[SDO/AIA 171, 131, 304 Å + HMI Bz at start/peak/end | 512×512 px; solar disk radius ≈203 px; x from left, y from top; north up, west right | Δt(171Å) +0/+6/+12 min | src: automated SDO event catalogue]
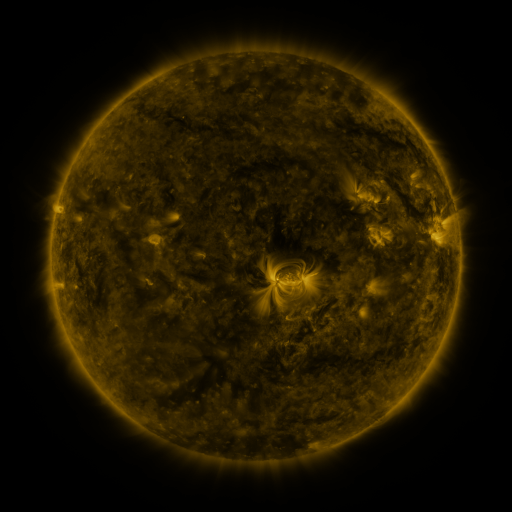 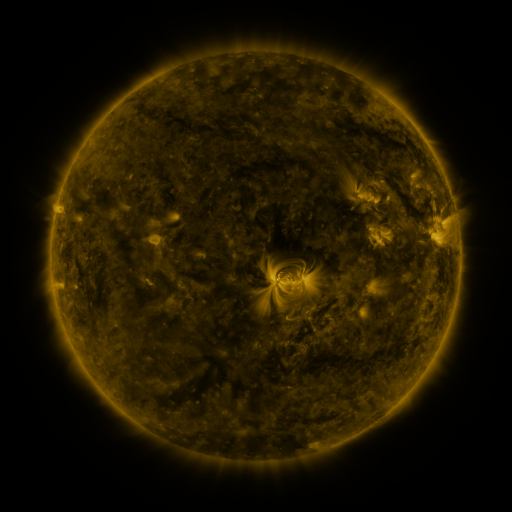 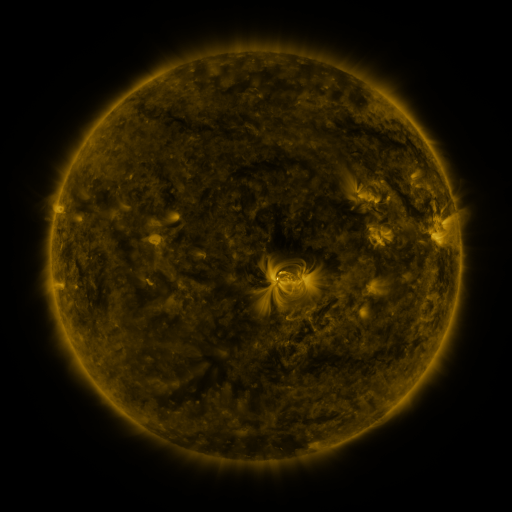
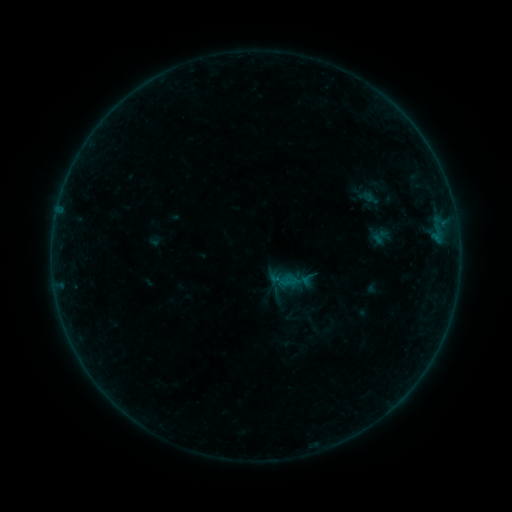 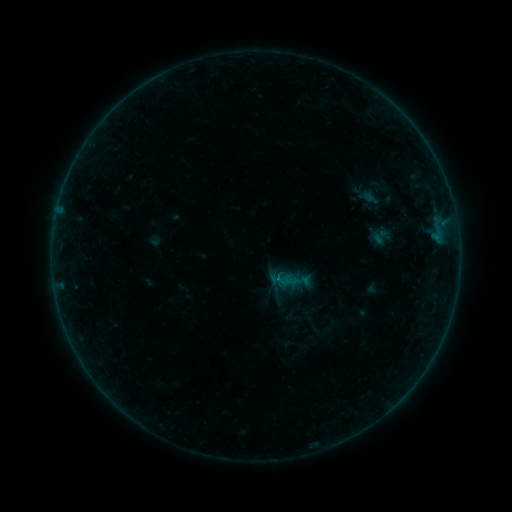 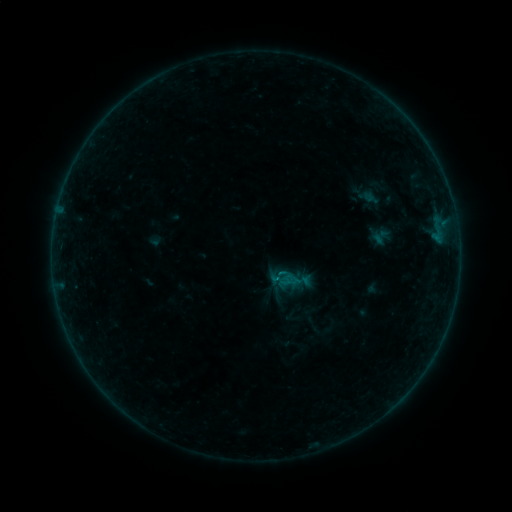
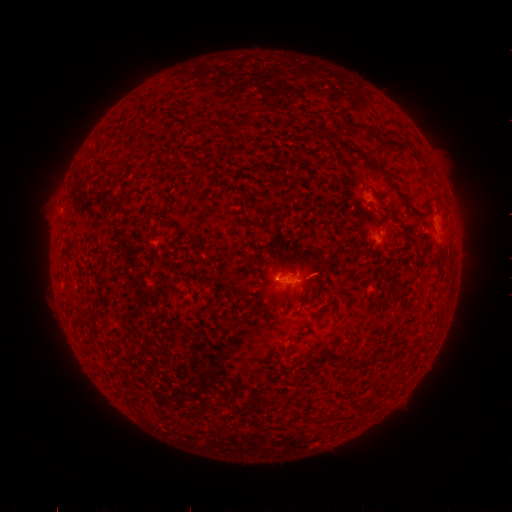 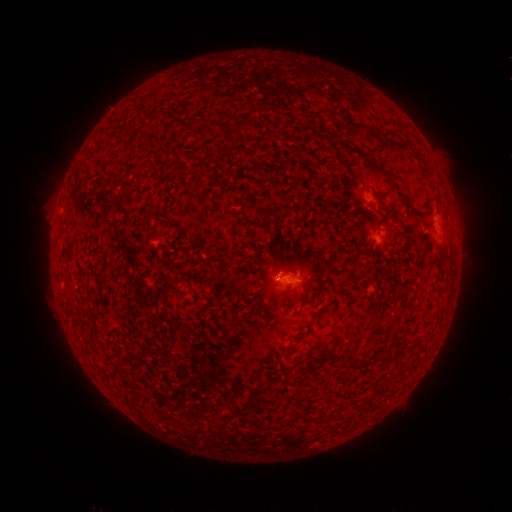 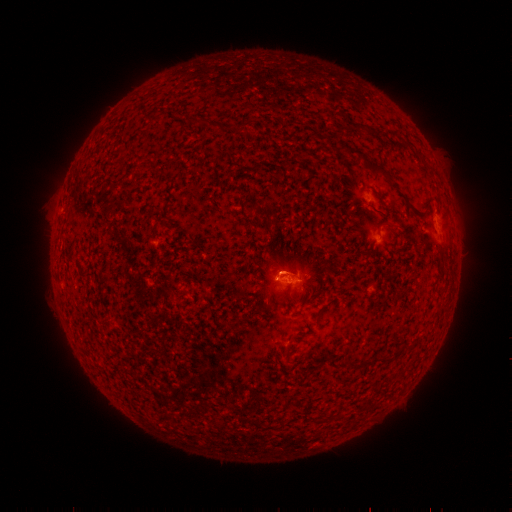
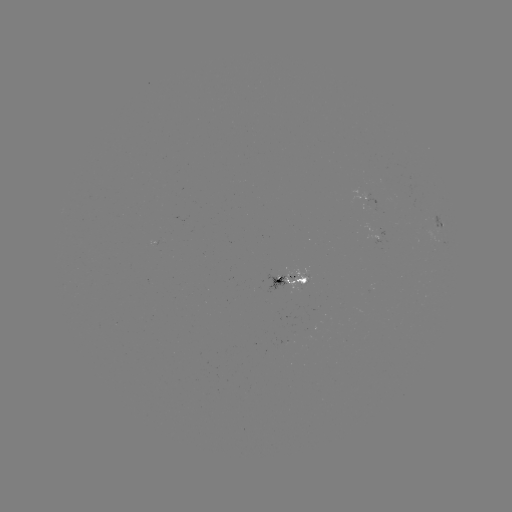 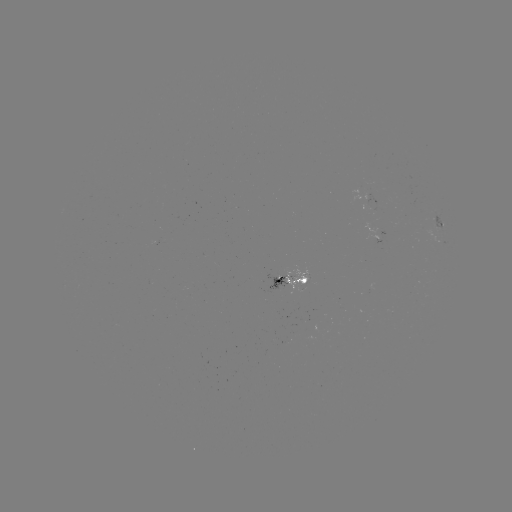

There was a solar flare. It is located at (277, 275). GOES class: B2.8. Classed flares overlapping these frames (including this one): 1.